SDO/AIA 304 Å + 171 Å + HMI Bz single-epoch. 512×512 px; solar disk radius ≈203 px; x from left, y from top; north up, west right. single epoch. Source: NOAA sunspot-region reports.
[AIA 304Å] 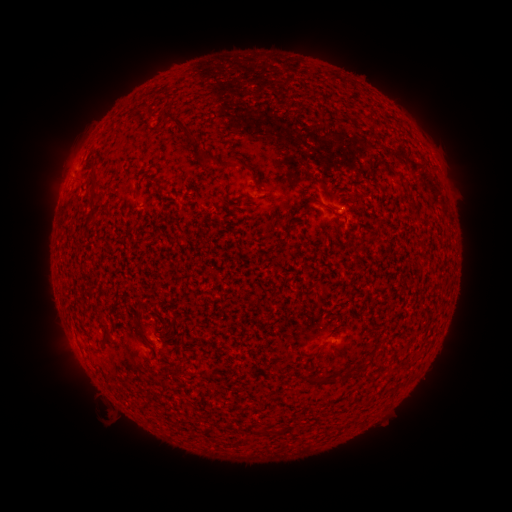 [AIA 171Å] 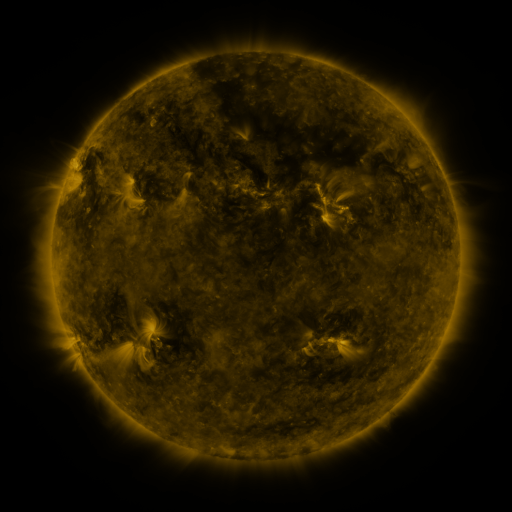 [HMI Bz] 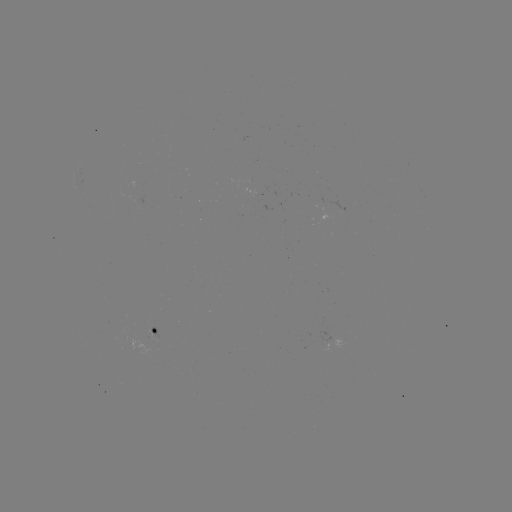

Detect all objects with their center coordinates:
spotted active region: (148, 329)
spotted active region: (332, 343)
